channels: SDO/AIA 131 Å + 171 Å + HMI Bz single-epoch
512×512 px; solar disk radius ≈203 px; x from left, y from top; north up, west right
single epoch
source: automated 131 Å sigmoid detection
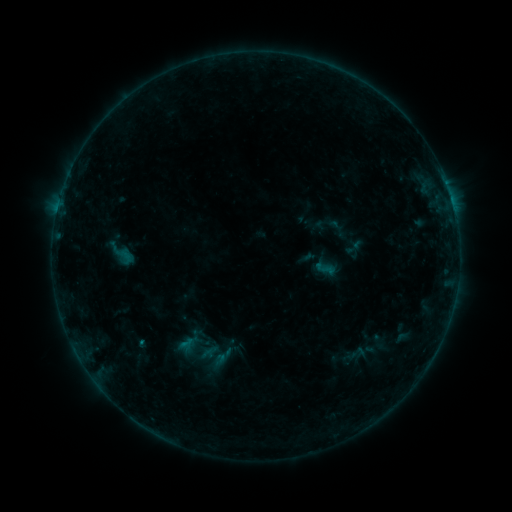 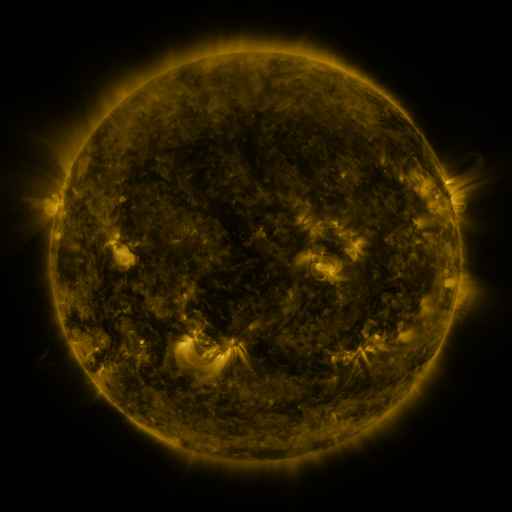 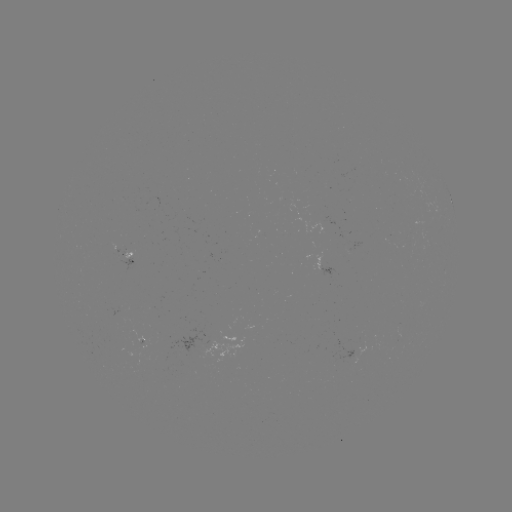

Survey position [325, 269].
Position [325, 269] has sigmoid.